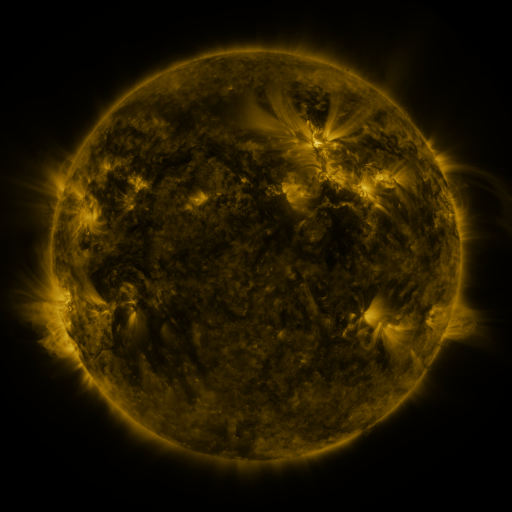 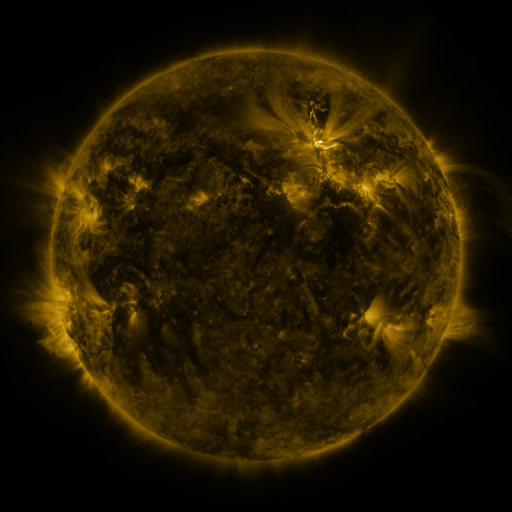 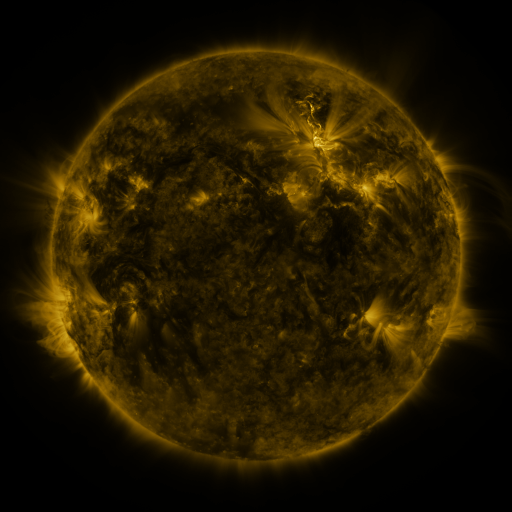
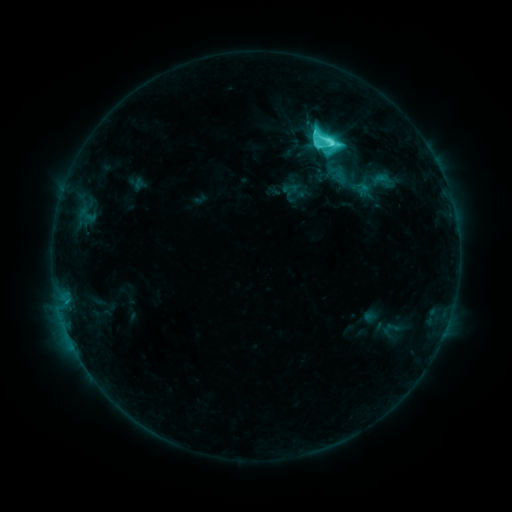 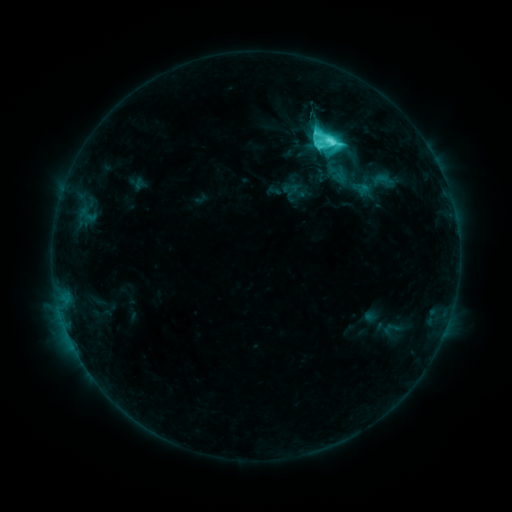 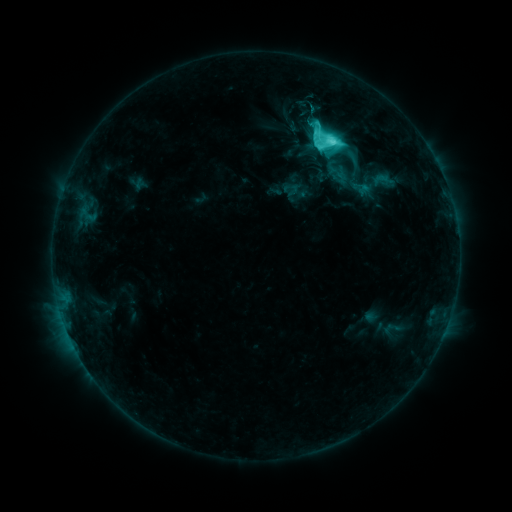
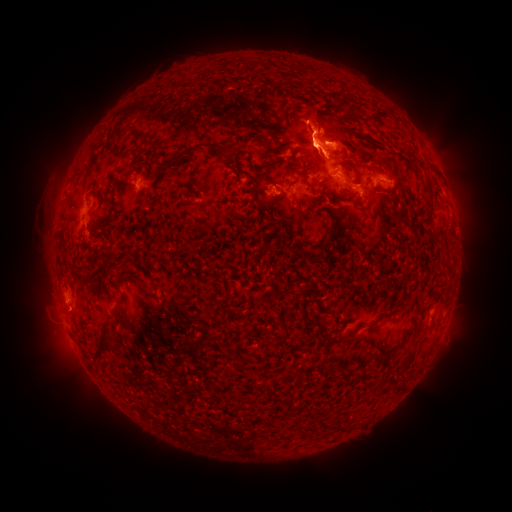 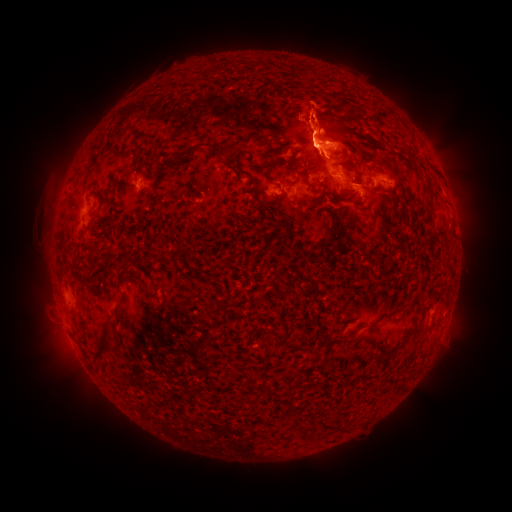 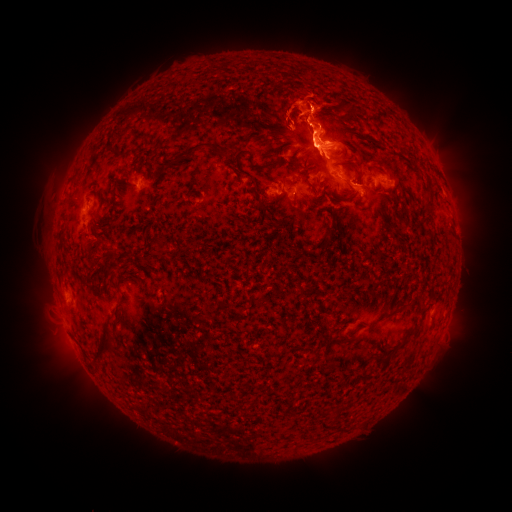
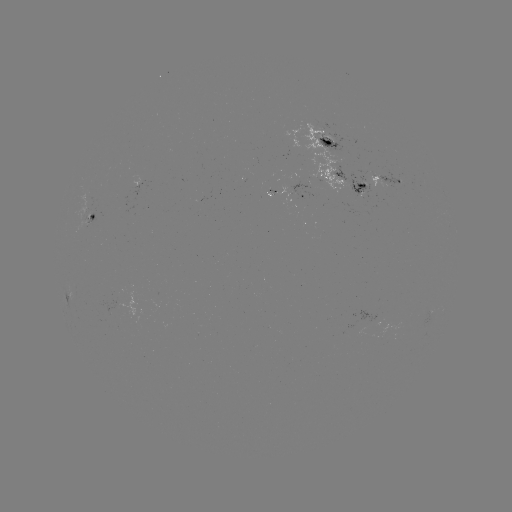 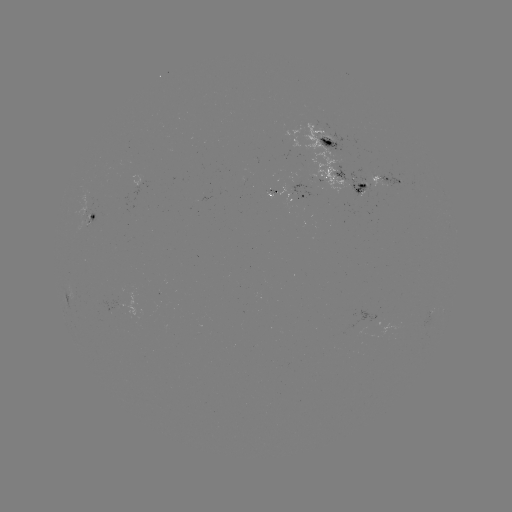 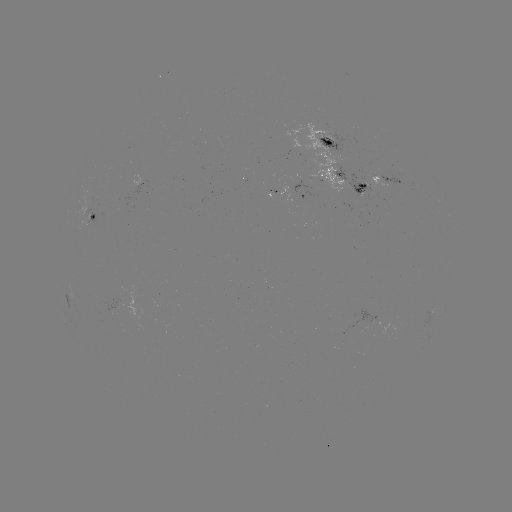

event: eruption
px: (310, 106)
